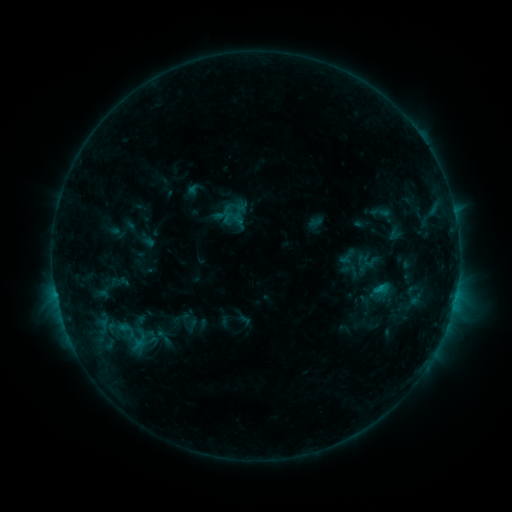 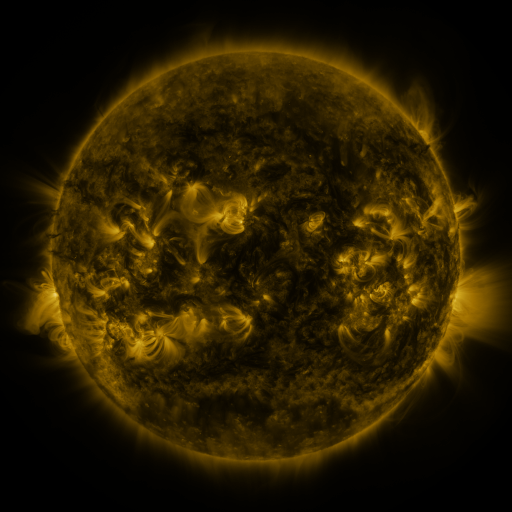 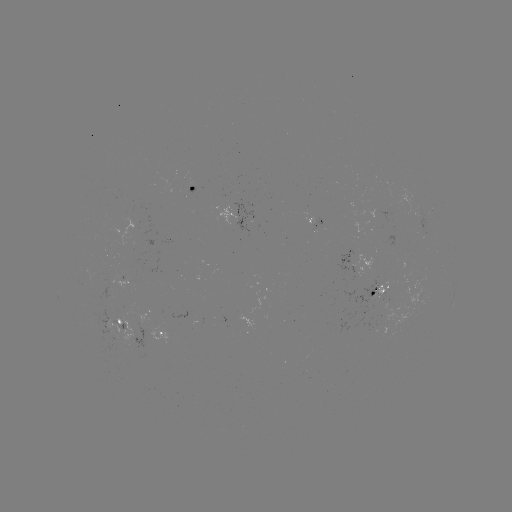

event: sigmoid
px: (125, 329)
